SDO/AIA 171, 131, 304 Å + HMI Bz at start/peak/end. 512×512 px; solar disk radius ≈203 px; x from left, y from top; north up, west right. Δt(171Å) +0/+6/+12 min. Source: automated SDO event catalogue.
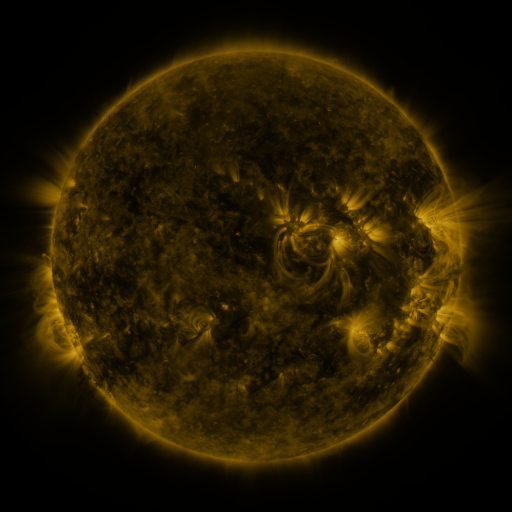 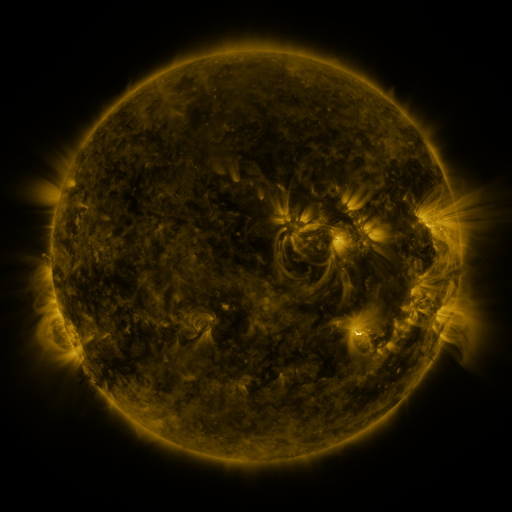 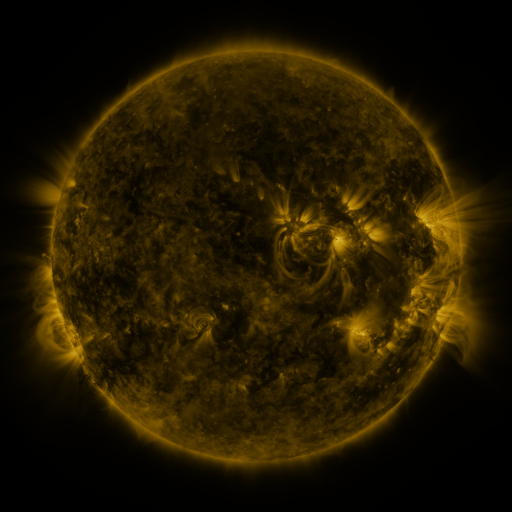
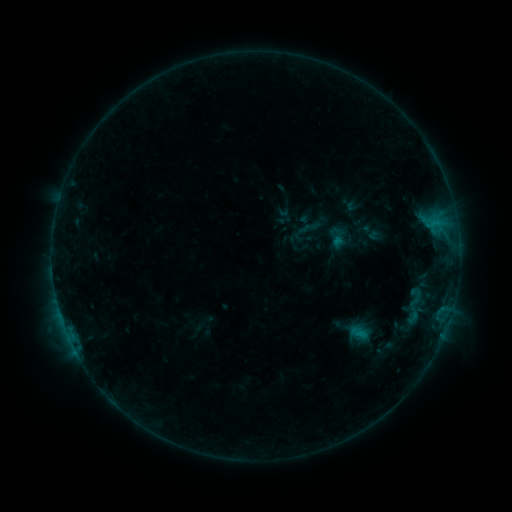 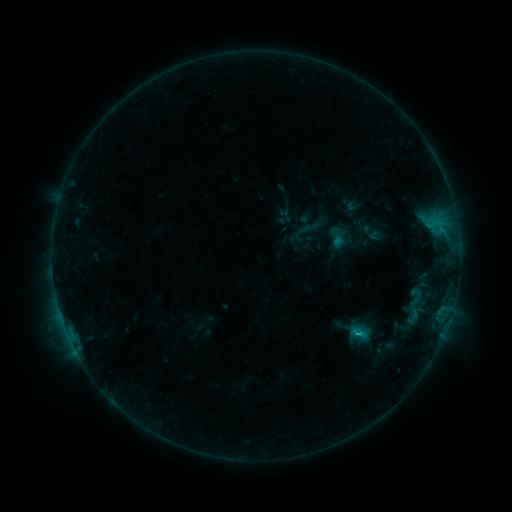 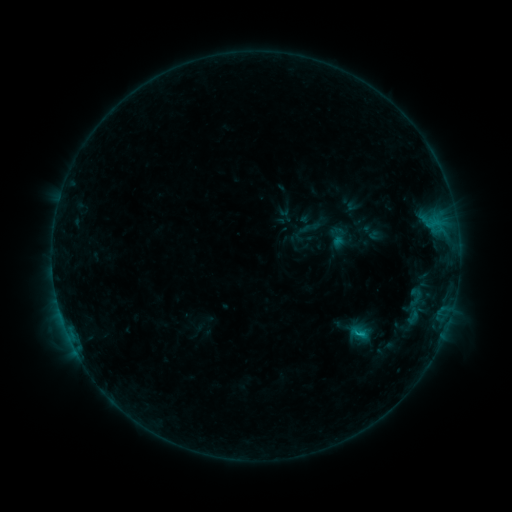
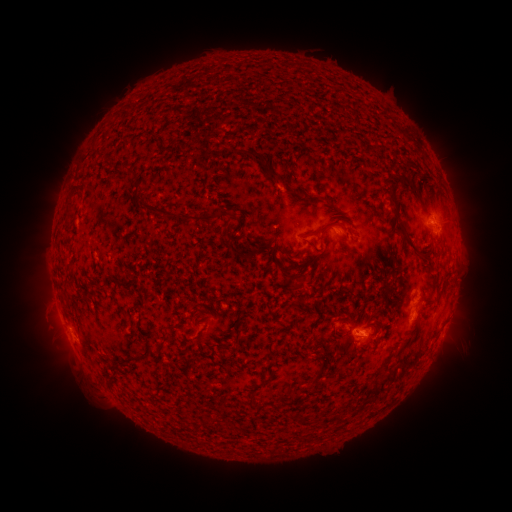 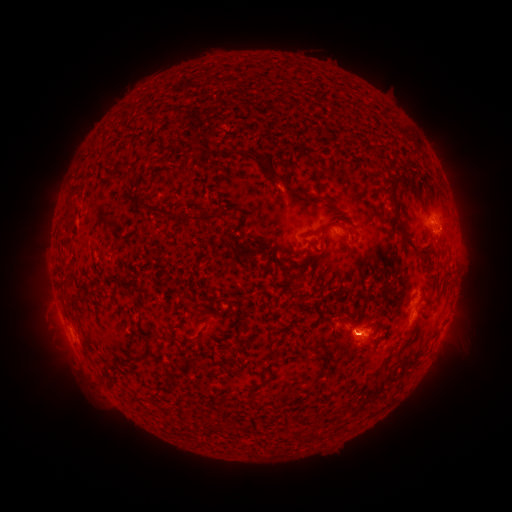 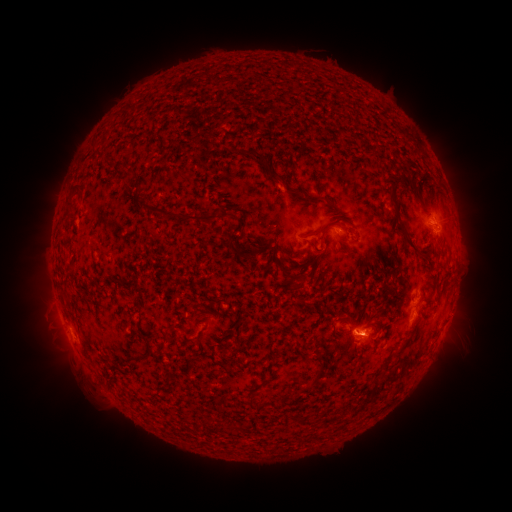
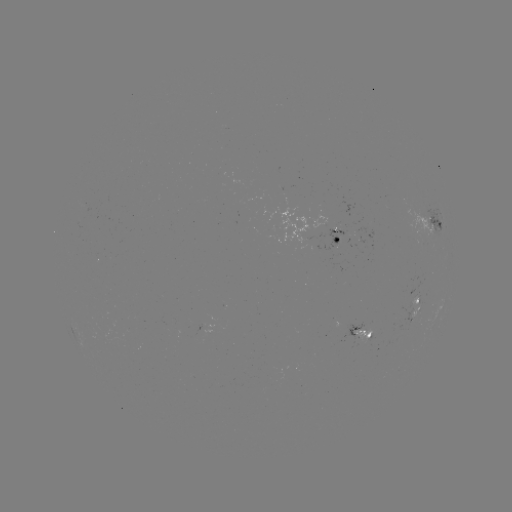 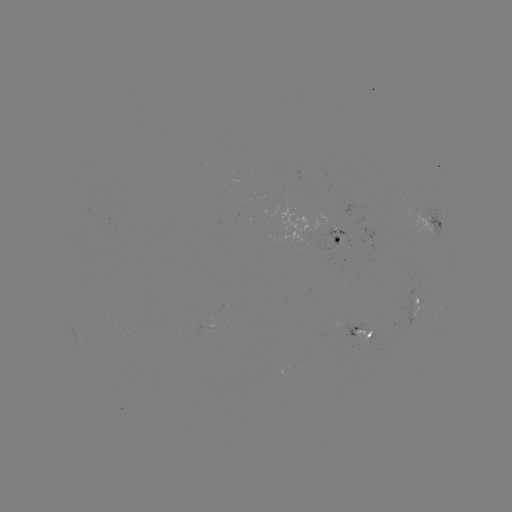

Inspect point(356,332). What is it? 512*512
B8.5 flare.